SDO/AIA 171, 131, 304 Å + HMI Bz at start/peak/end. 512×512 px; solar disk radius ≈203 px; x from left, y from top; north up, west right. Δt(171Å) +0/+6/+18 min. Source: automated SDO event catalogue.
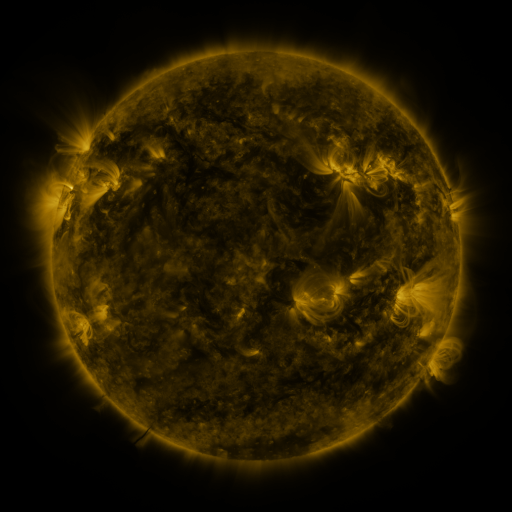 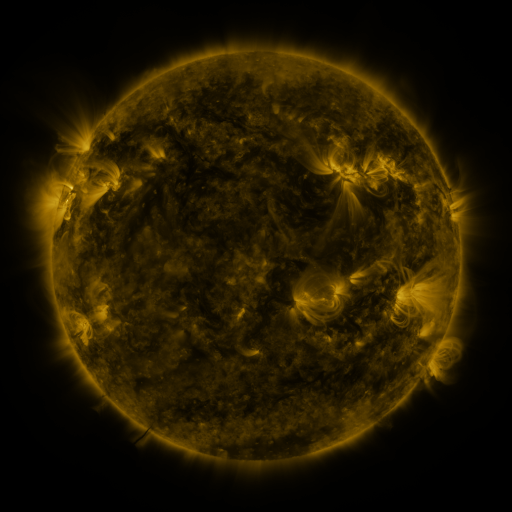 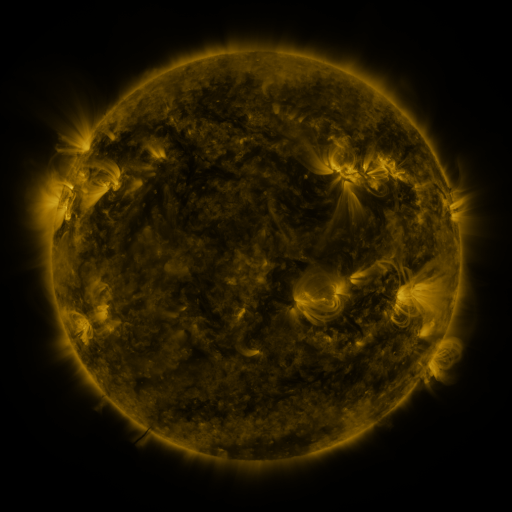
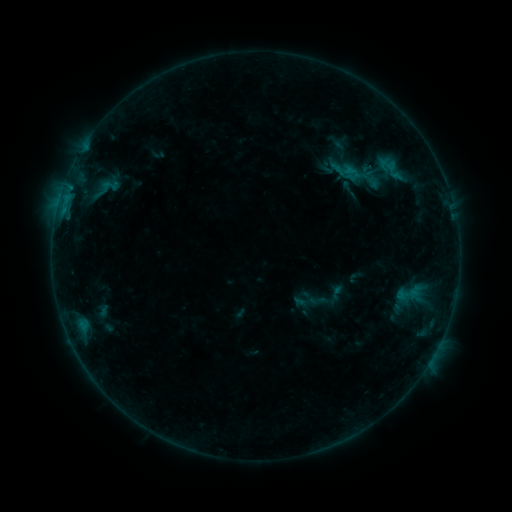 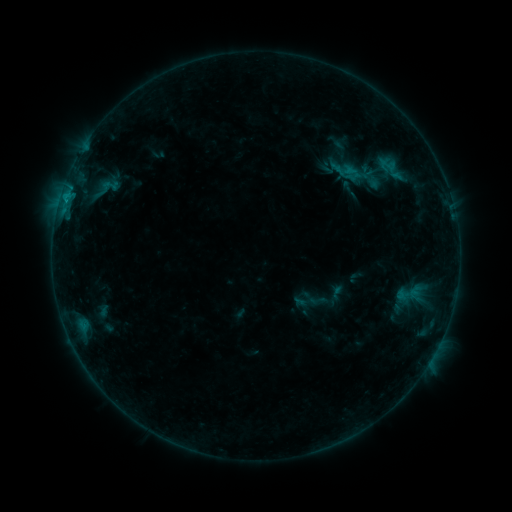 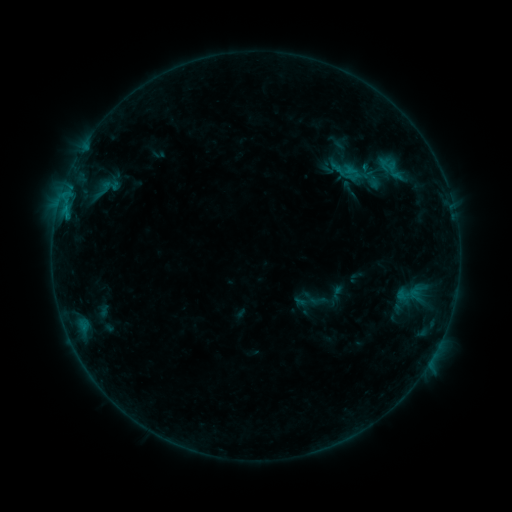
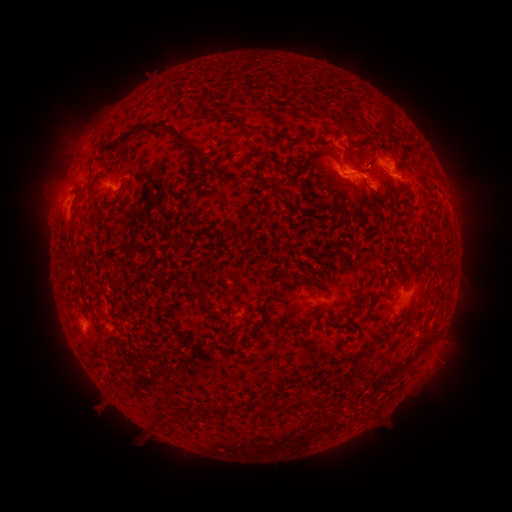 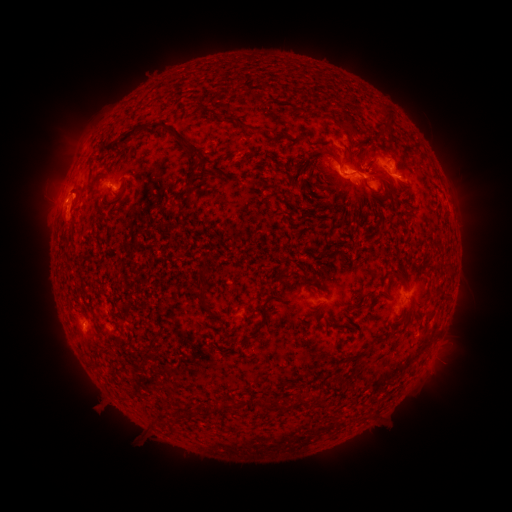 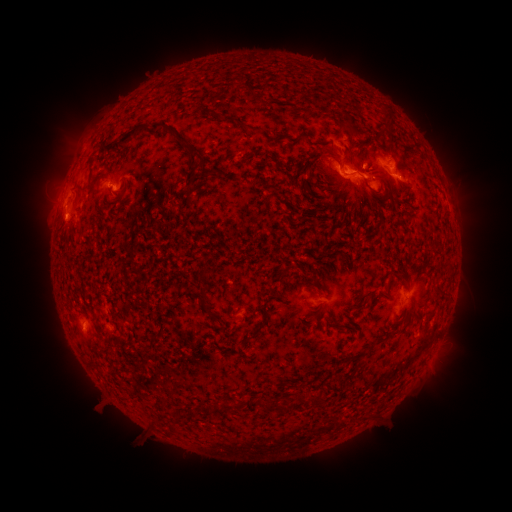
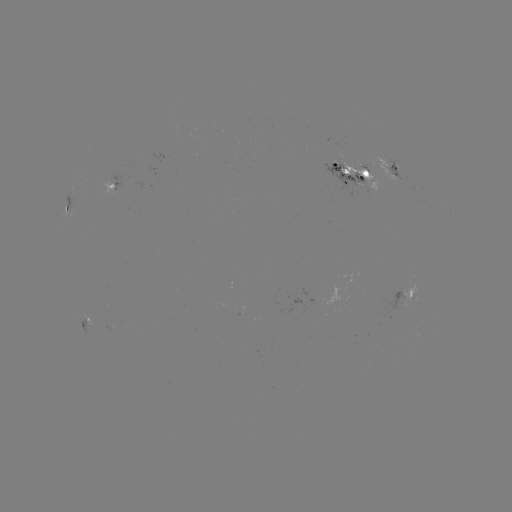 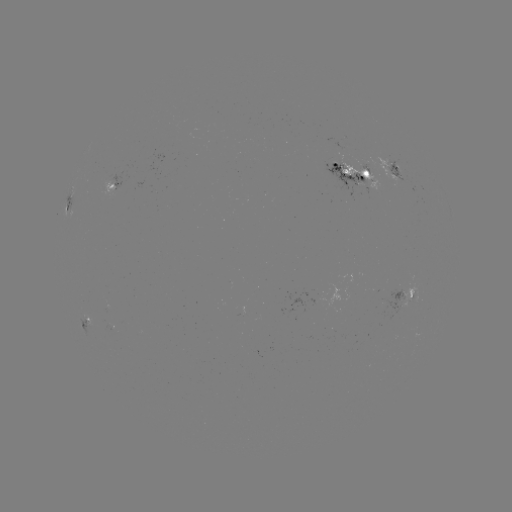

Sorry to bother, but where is B9.6 flare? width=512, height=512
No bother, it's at [64, 198].